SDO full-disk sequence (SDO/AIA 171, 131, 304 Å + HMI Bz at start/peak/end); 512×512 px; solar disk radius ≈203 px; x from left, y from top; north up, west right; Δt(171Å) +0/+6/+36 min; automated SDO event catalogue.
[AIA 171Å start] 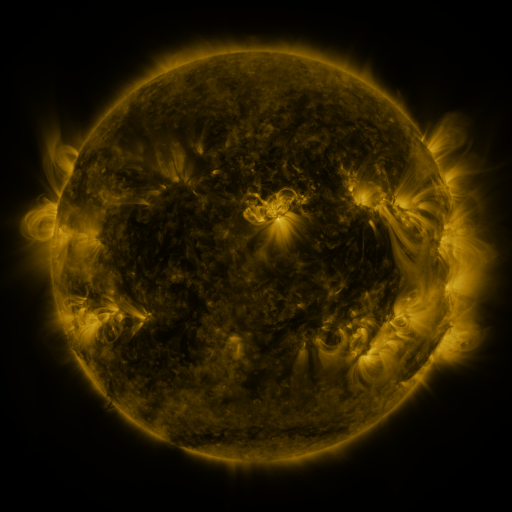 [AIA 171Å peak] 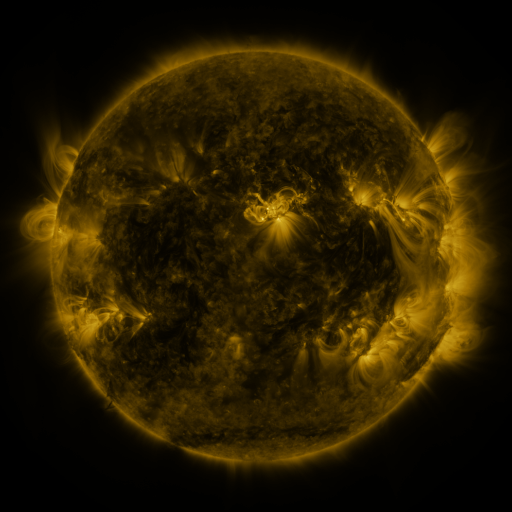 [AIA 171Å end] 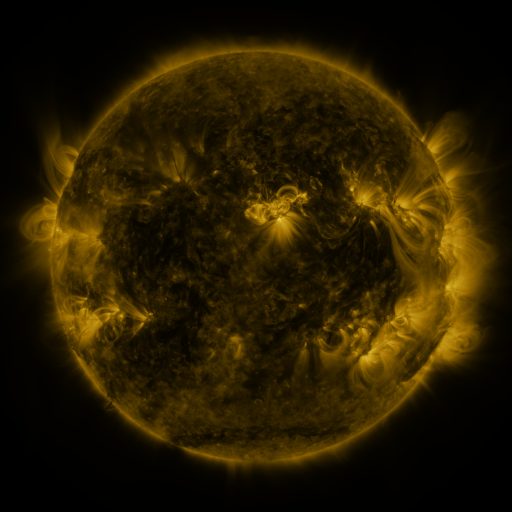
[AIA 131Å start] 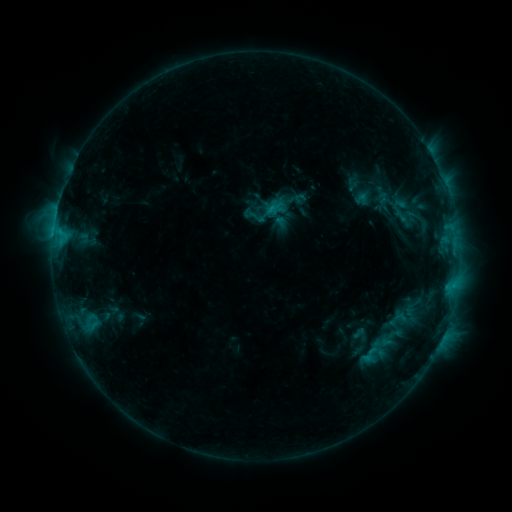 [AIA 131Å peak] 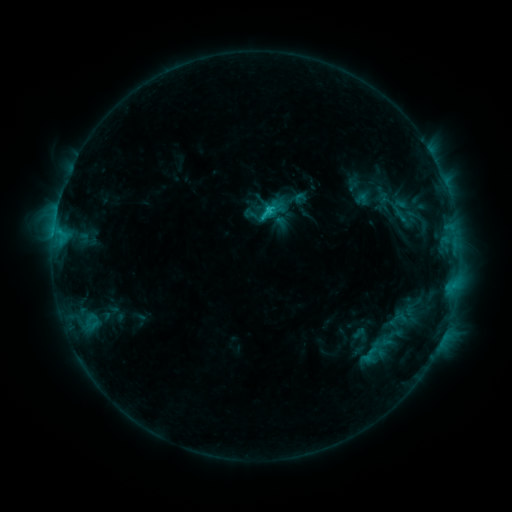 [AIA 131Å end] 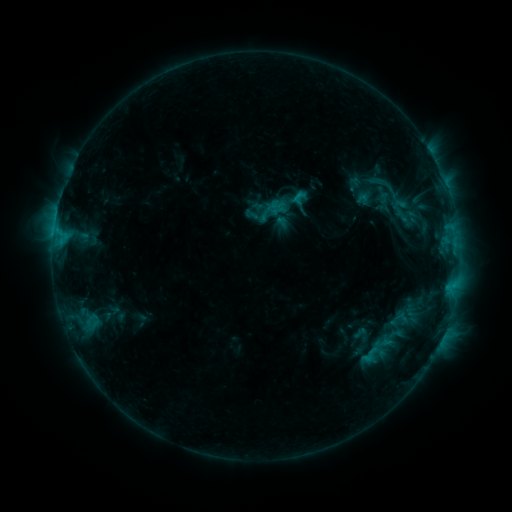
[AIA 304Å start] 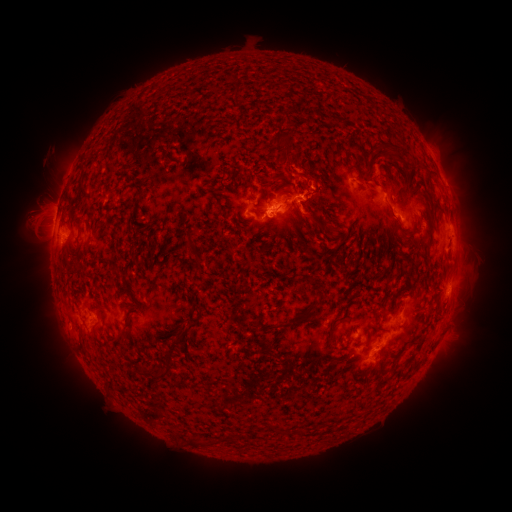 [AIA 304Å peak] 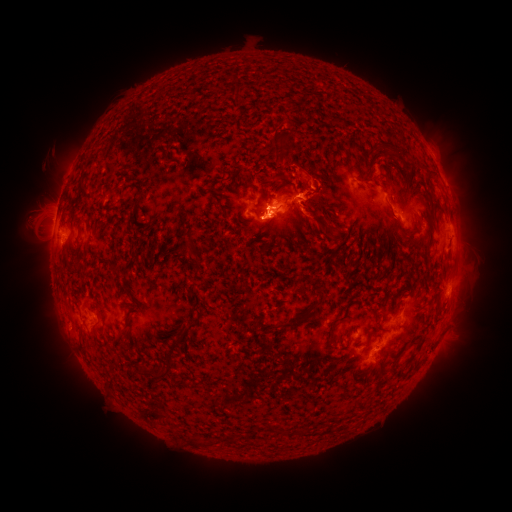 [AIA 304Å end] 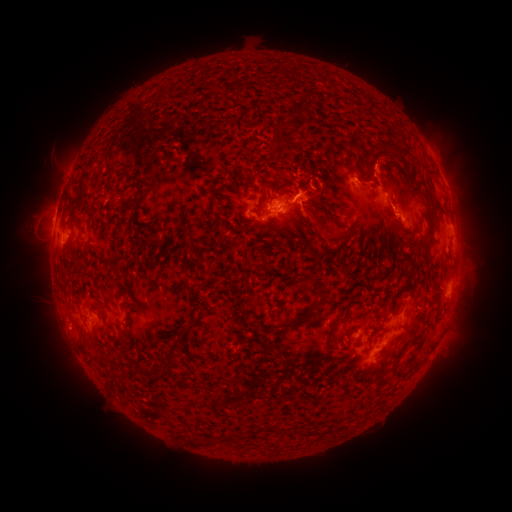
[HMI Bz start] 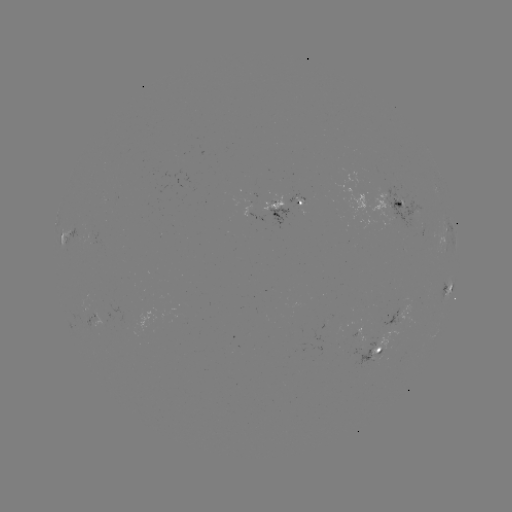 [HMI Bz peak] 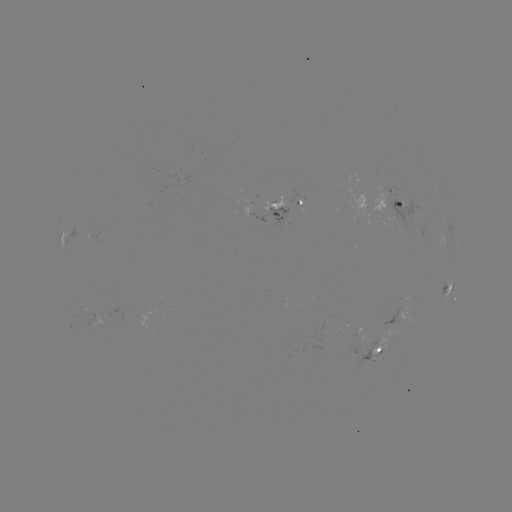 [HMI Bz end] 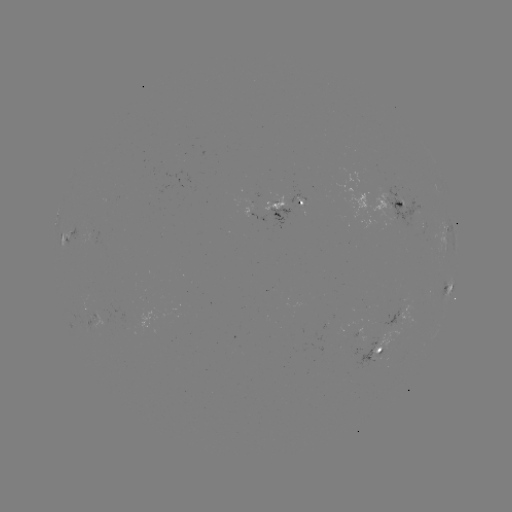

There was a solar flare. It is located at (266, 213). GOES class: C1.9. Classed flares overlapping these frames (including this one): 1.